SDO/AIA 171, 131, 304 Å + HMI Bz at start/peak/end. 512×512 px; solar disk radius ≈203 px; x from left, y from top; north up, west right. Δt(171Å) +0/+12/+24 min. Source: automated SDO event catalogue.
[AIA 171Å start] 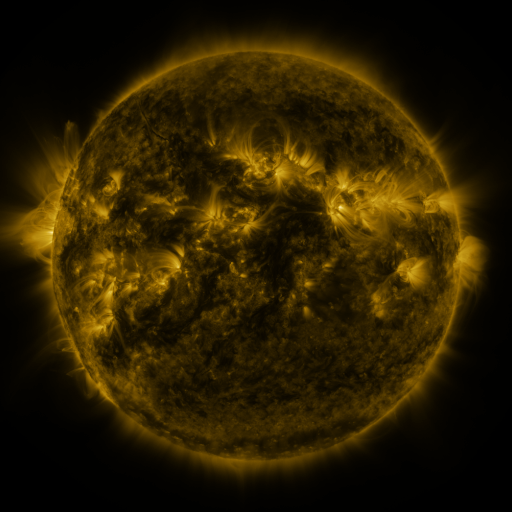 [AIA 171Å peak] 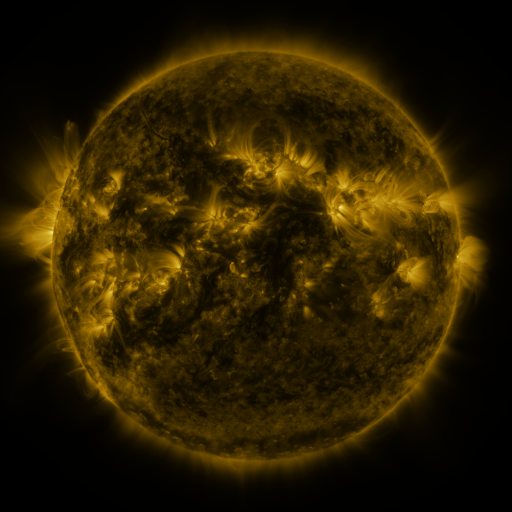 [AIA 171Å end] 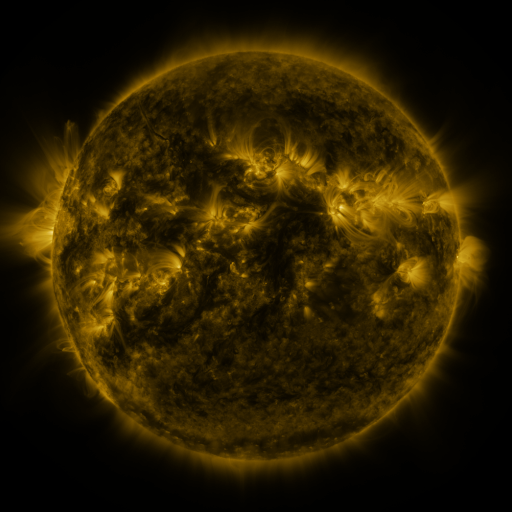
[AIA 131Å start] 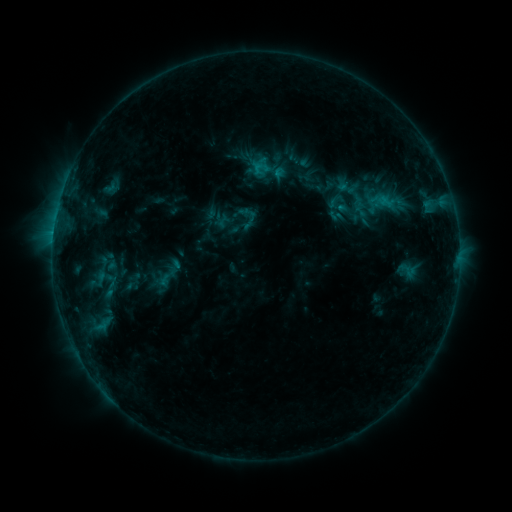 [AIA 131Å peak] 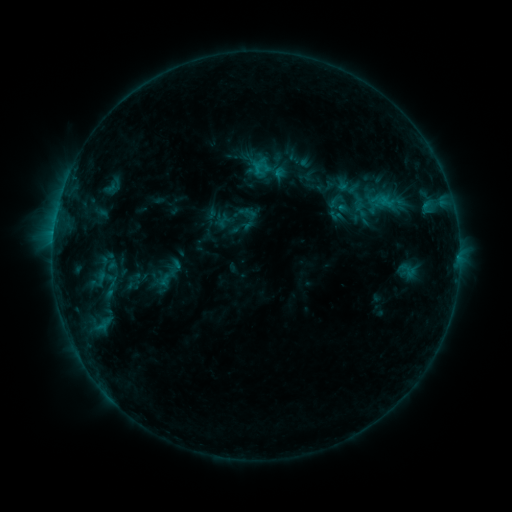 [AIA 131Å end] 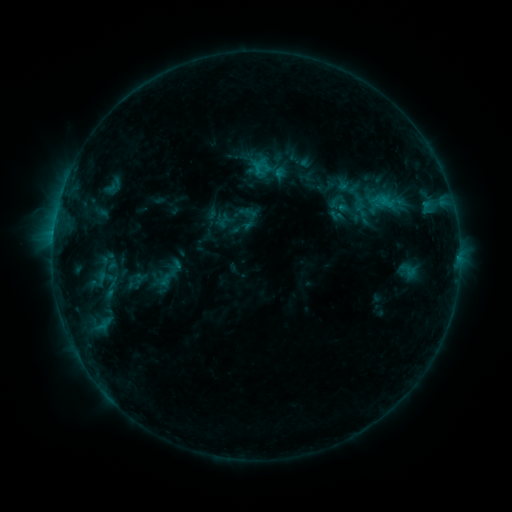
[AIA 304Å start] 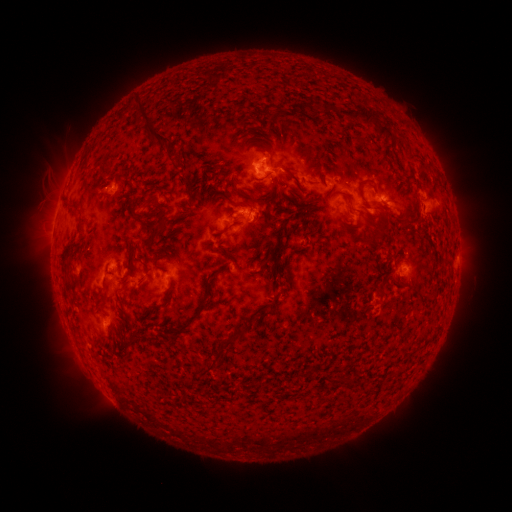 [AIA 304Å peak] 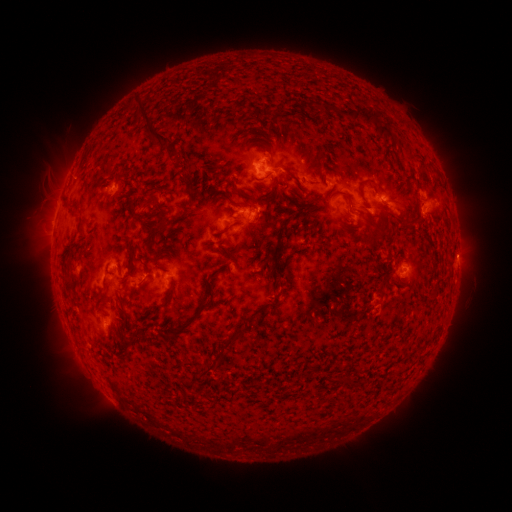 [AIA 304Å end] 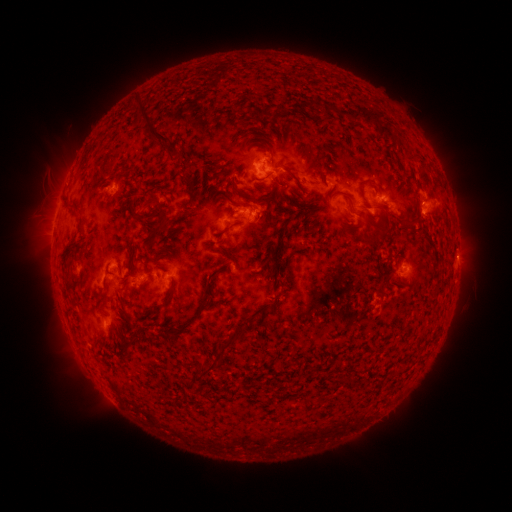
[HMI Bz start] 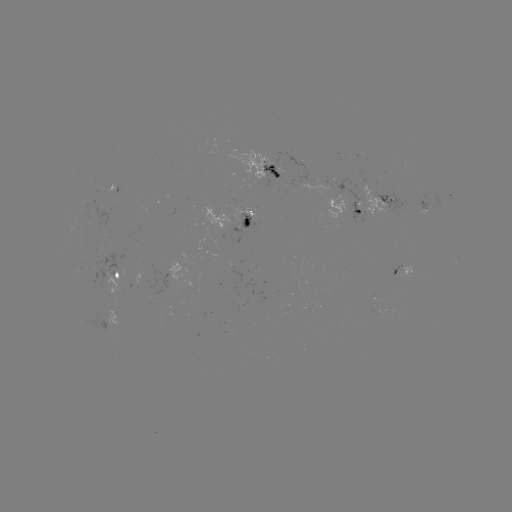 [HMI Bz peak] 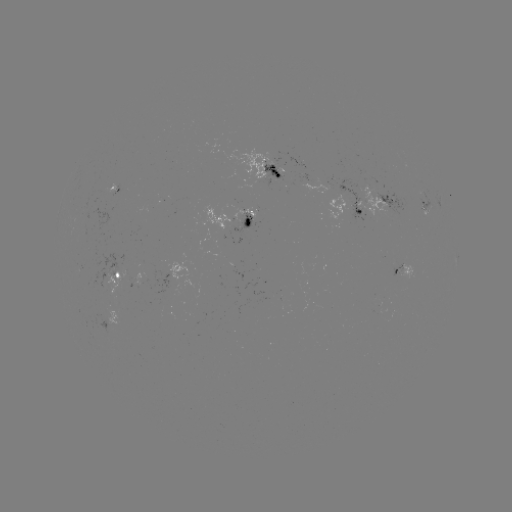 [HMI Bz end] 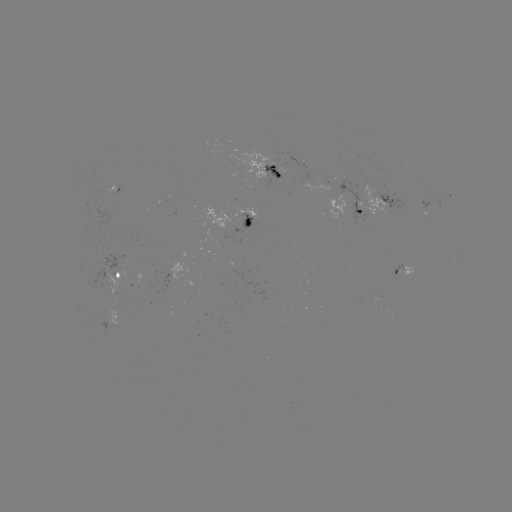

no classed flare was catalogued and no EUV brightening was flagged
